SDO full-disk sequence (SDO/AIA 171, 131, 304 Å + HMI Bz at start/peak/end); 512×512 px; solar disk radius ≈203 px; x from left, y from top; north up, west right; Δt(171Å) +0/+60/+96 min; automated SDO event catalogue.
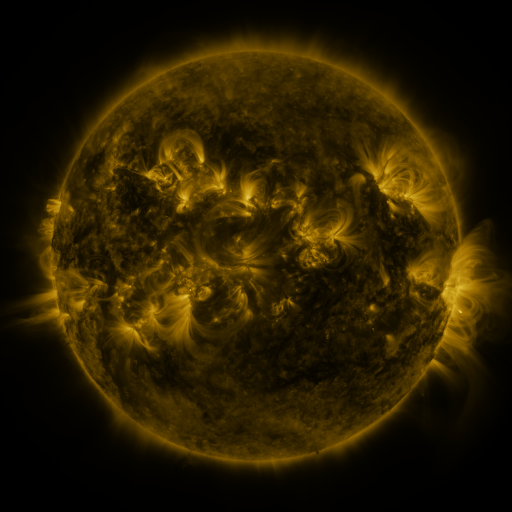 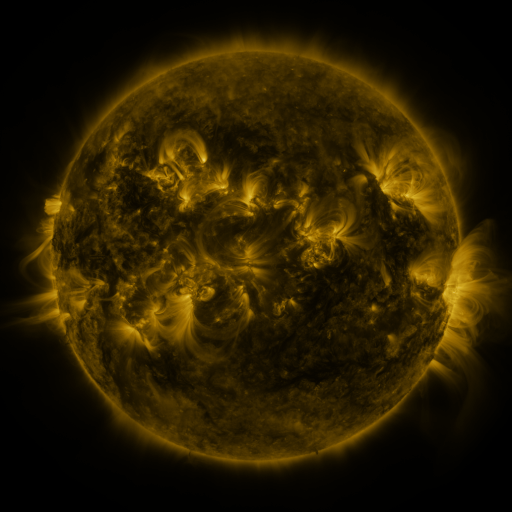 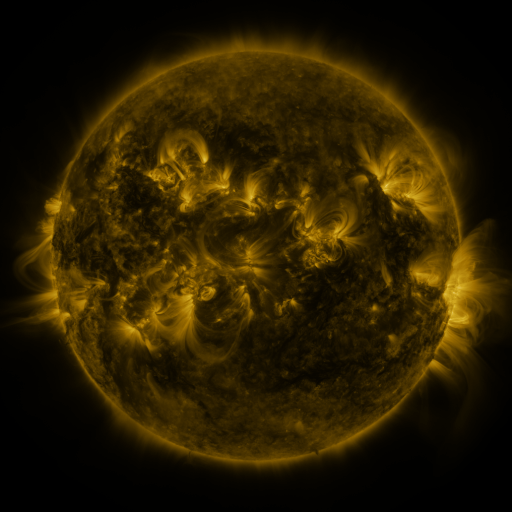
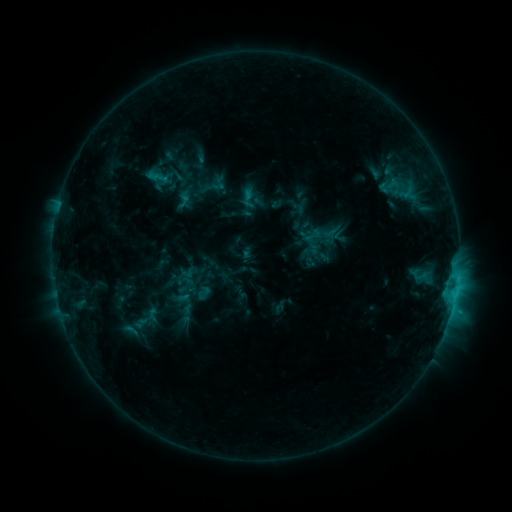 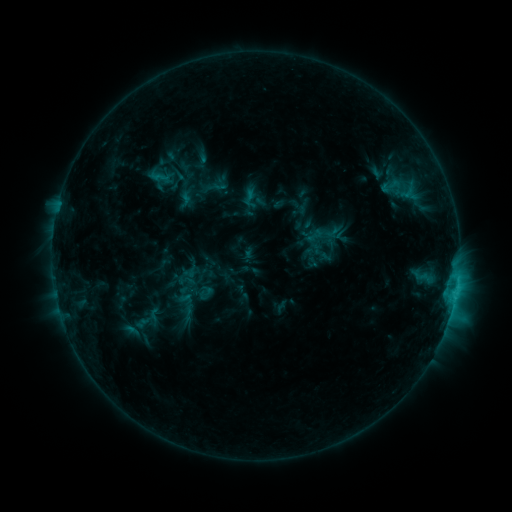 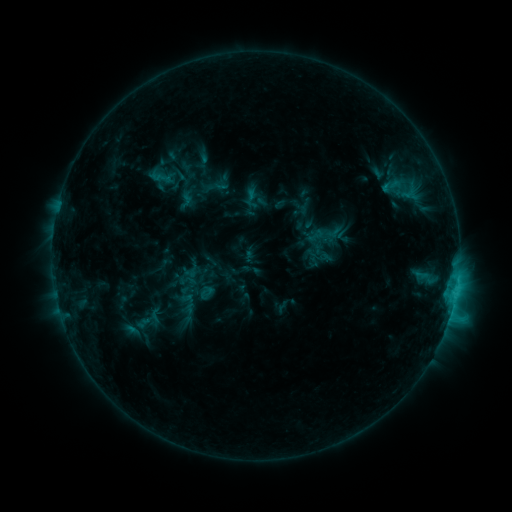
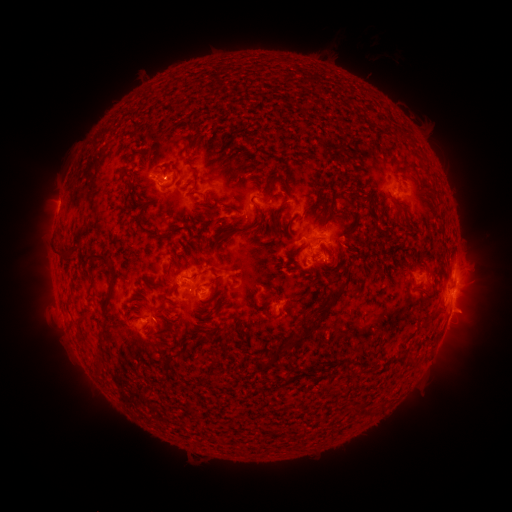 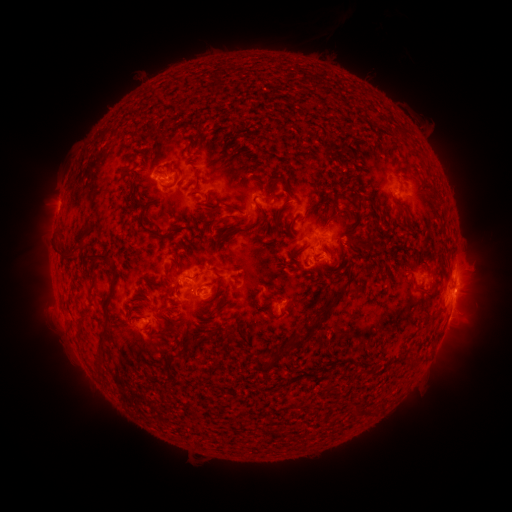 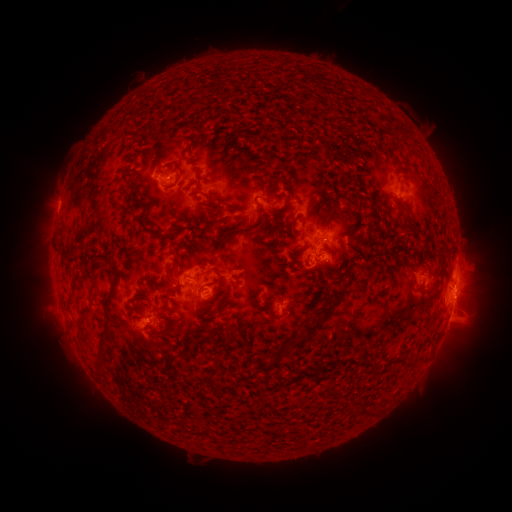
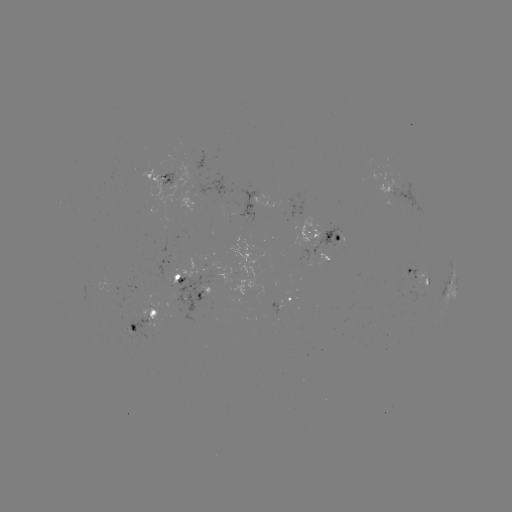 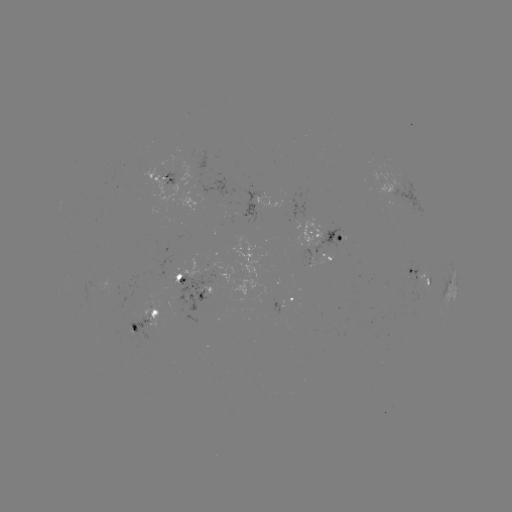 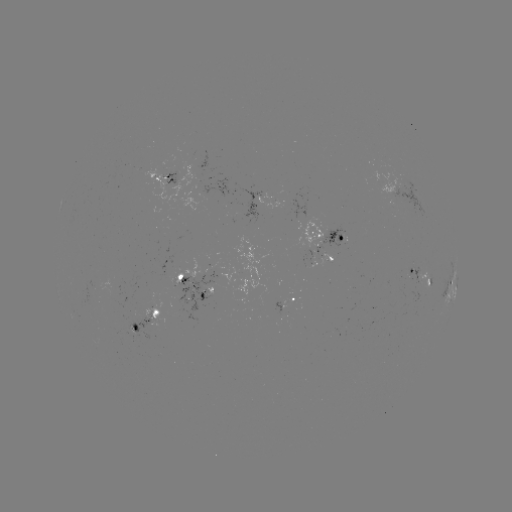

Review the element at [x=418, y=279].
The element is emerging-flux region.